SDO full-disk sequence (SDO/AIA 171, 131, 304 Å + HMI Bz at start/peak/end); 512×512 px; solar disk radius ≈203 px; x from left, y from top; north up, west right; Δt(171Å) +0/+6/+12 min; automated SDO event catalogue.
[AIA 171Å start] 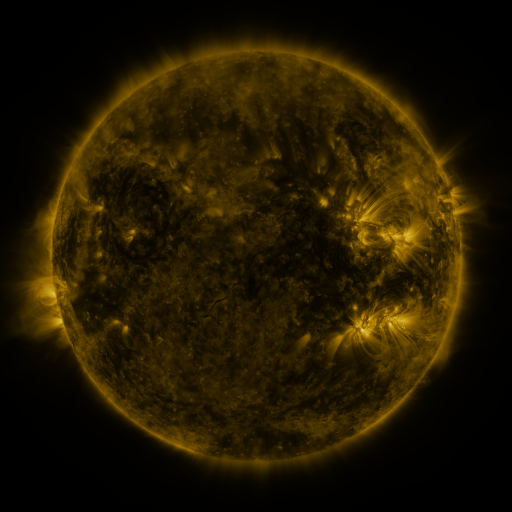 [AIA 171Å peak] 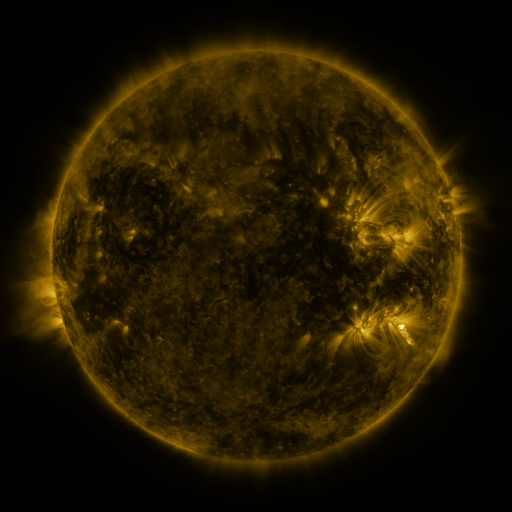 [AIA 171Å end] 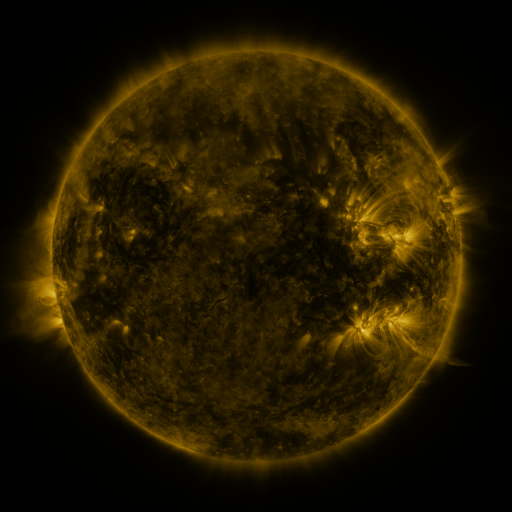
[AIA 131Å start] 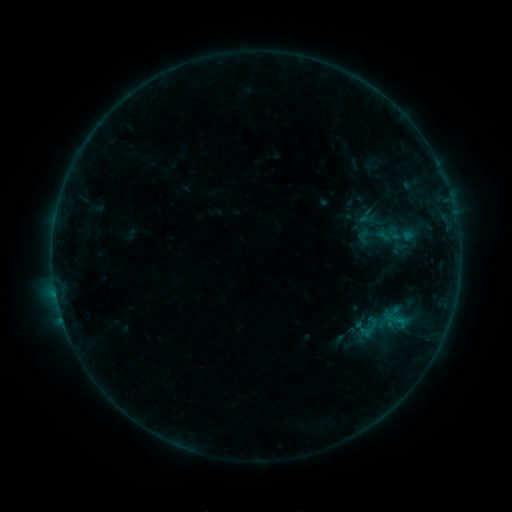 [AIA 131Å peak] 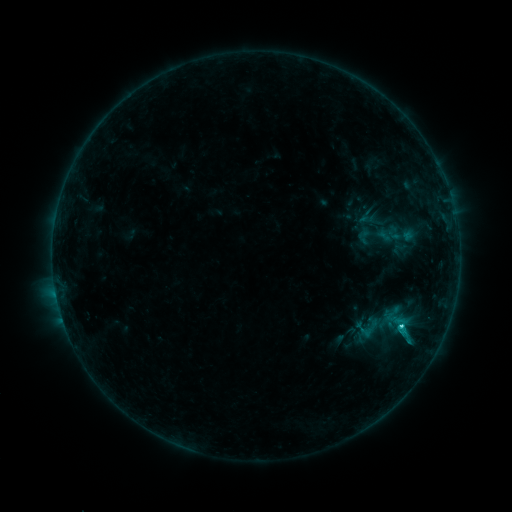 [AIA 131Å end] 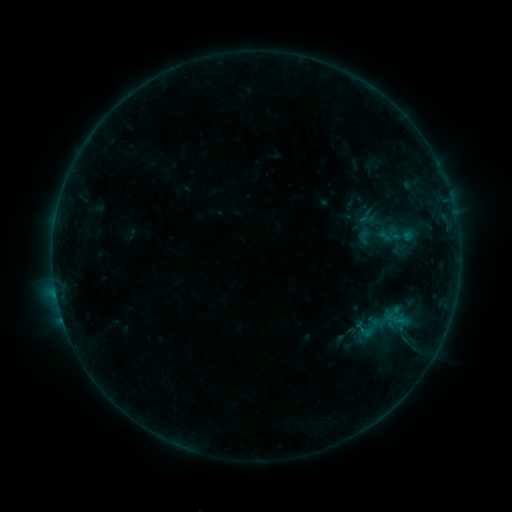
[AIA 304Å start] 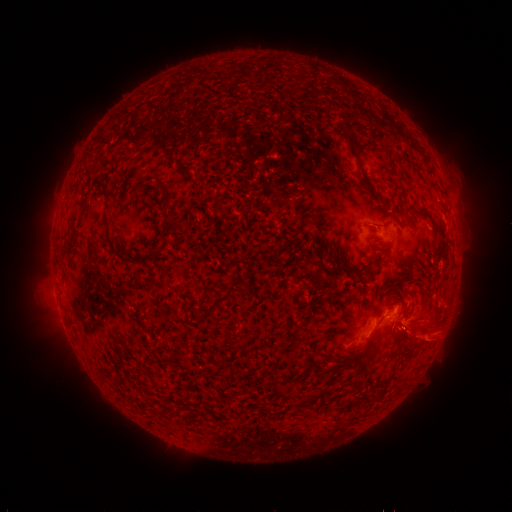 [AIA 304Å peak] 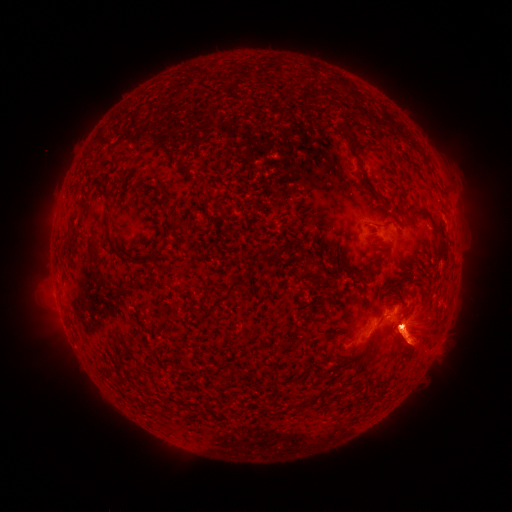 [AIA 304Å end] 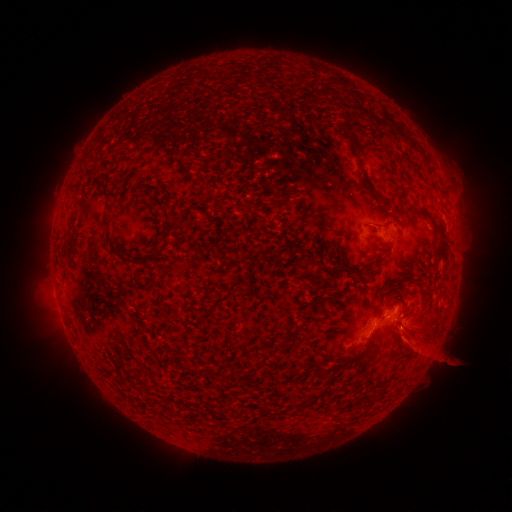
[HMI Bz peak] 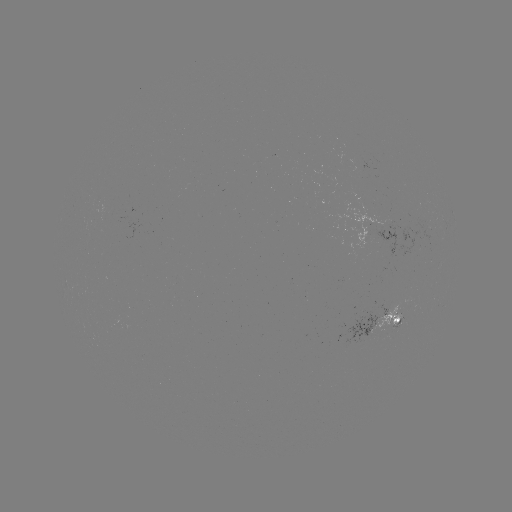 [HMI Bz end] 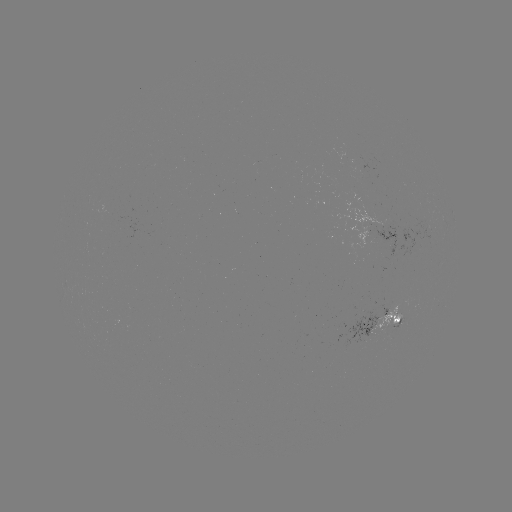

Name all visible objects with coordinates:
C1.1 flare: (400, 326)
